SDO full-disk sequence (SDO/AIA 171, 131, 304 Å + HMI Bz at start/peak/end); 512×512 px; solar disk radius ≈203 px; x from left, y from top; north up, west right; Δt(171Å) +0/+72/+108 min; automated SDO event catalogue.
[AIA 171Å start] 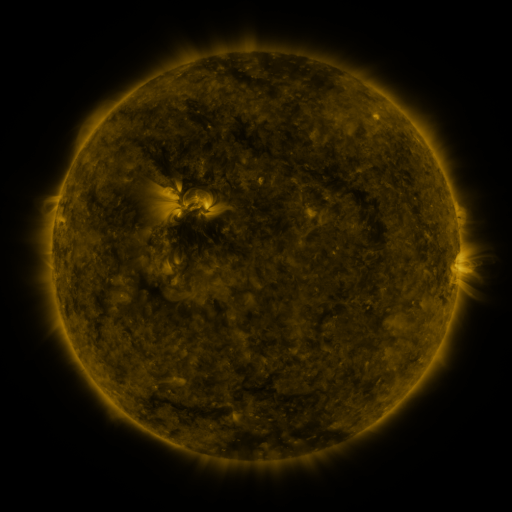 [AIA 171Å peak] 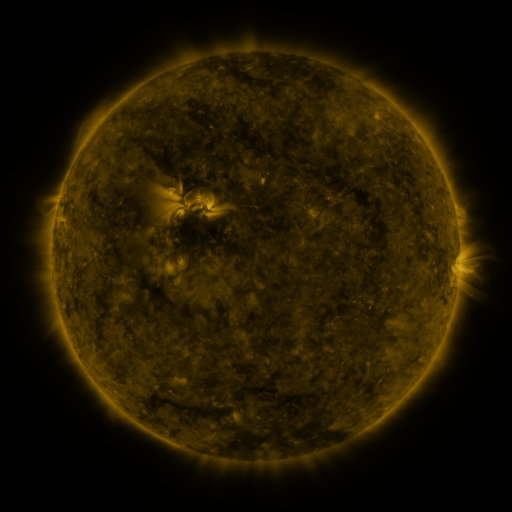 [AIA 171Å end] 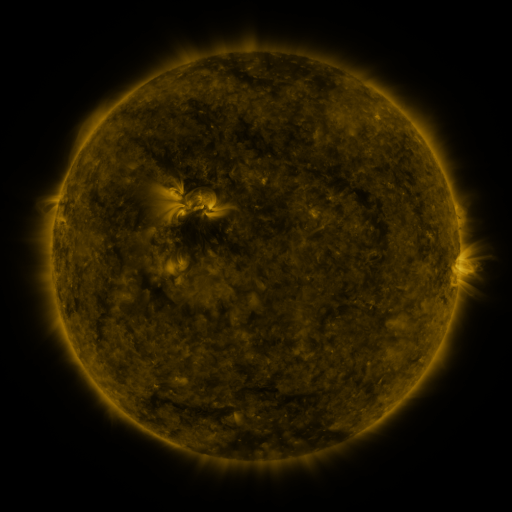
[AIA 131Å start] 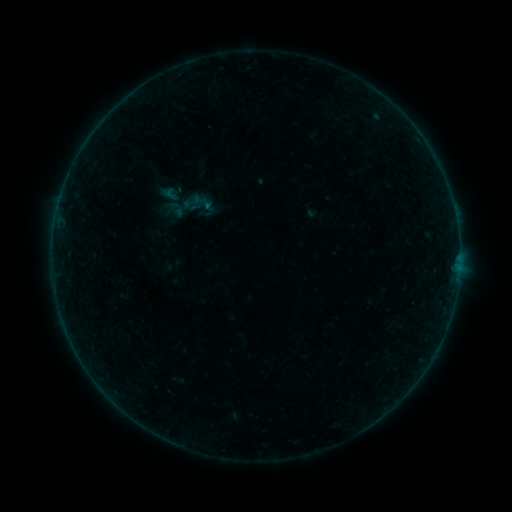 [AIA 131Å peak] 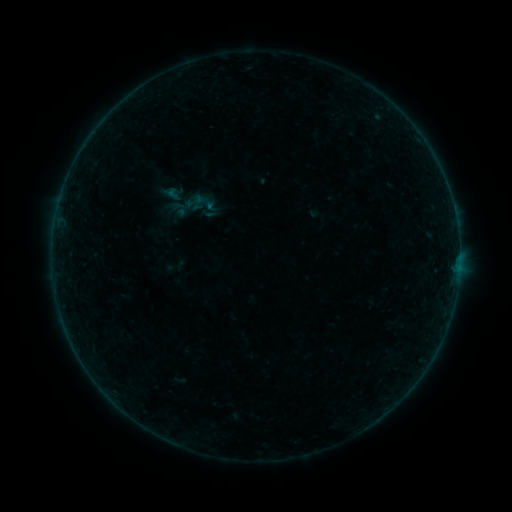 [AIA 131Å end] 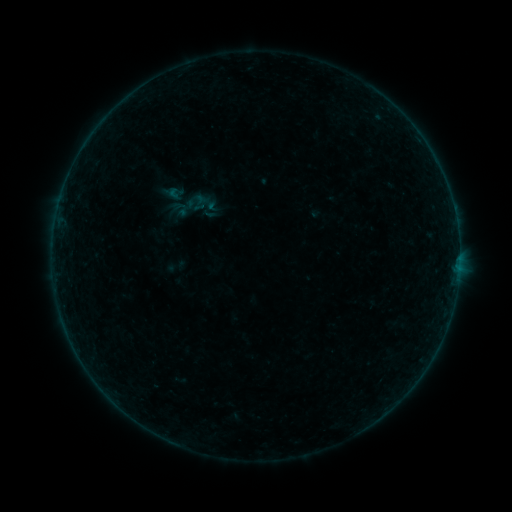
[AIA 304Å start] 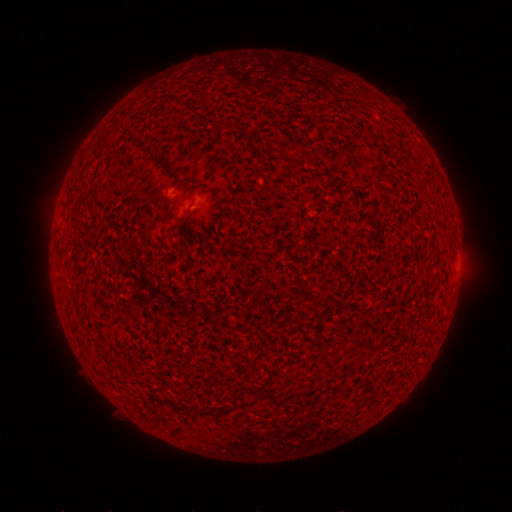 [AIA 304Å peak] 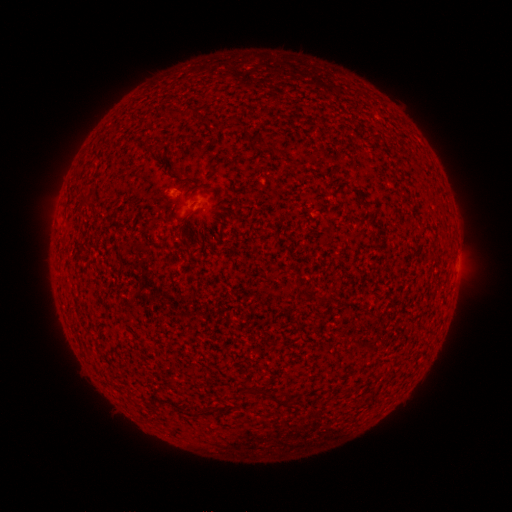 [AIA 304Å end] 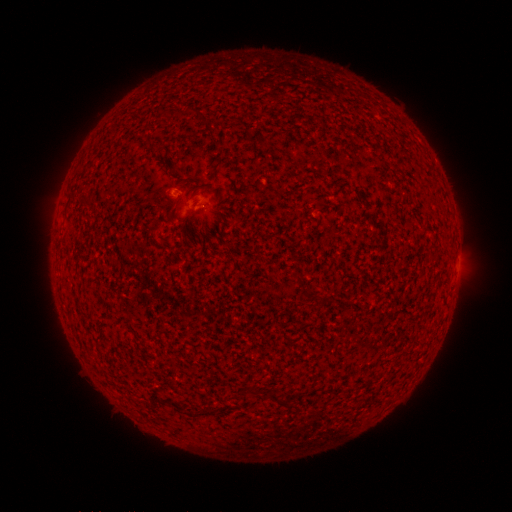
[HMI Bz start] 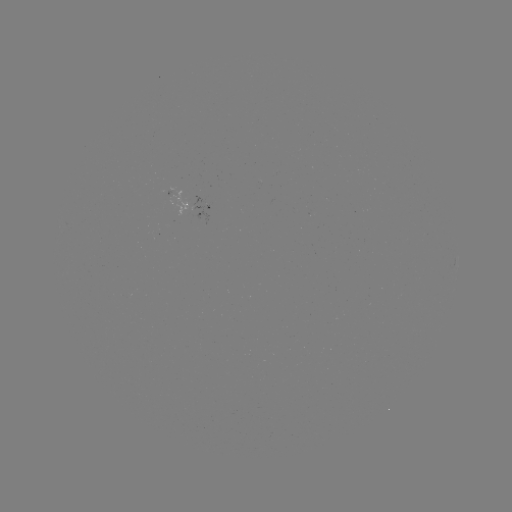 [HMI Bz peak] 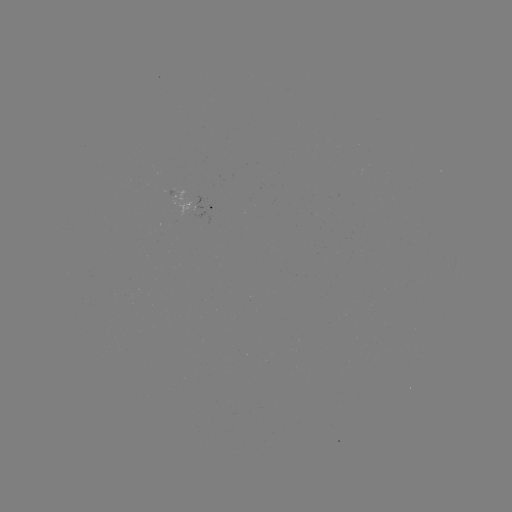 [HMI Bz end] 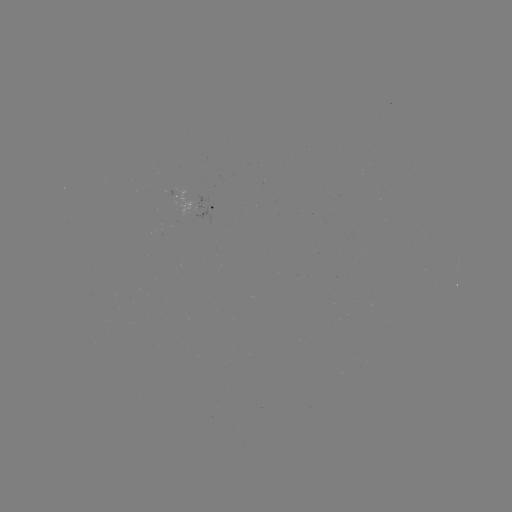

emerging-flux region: (171, 188, 191, 216)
